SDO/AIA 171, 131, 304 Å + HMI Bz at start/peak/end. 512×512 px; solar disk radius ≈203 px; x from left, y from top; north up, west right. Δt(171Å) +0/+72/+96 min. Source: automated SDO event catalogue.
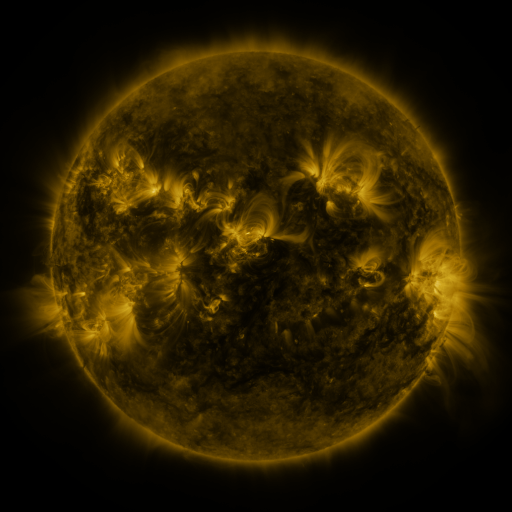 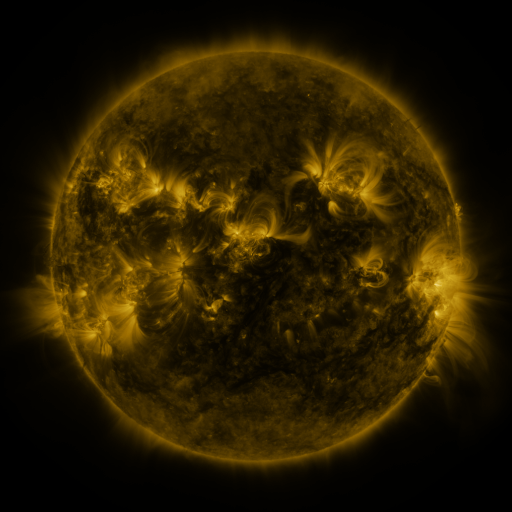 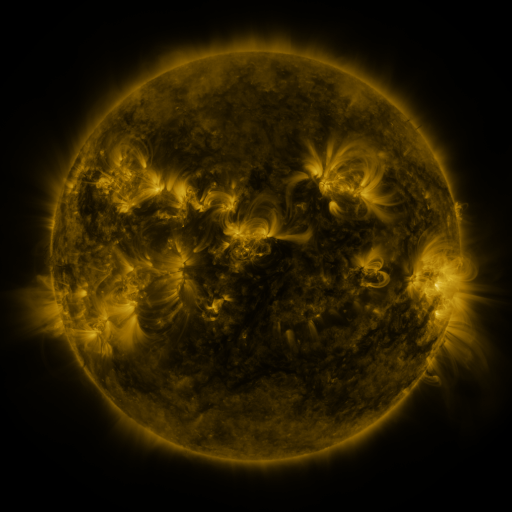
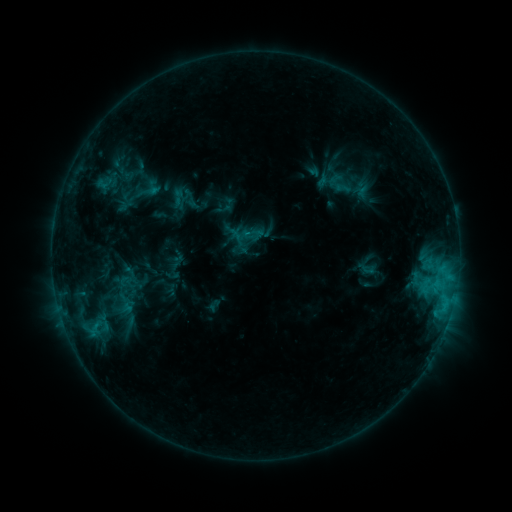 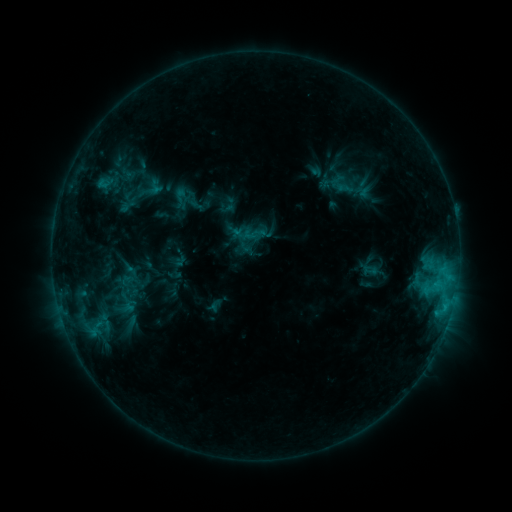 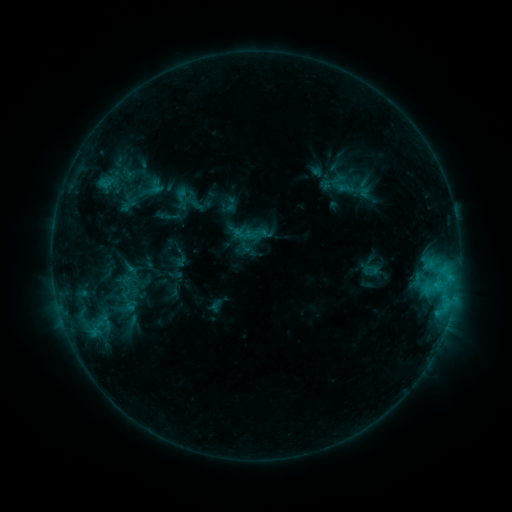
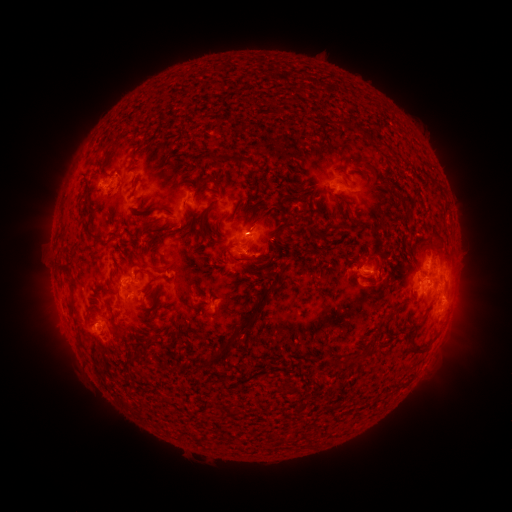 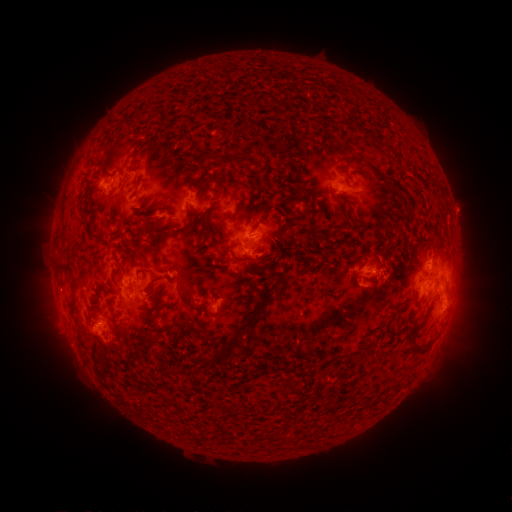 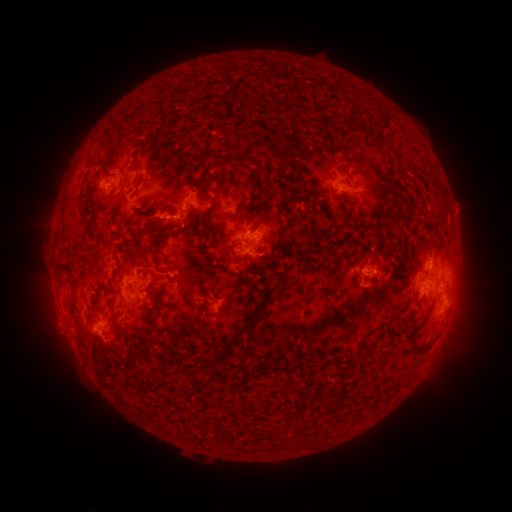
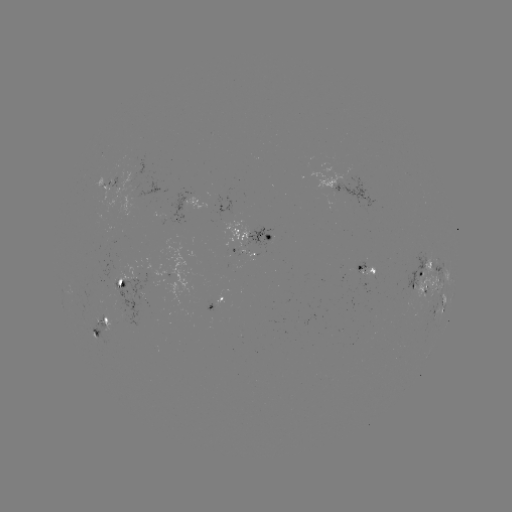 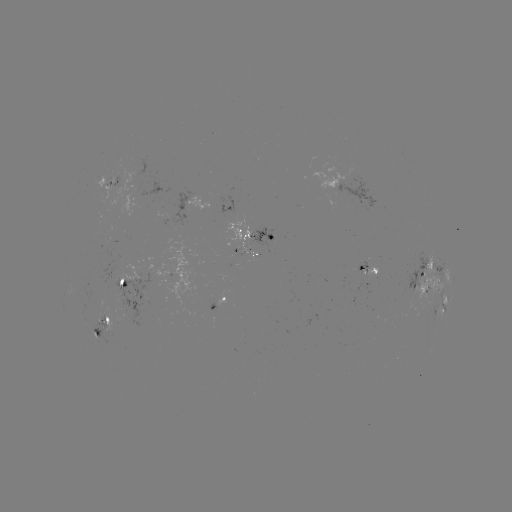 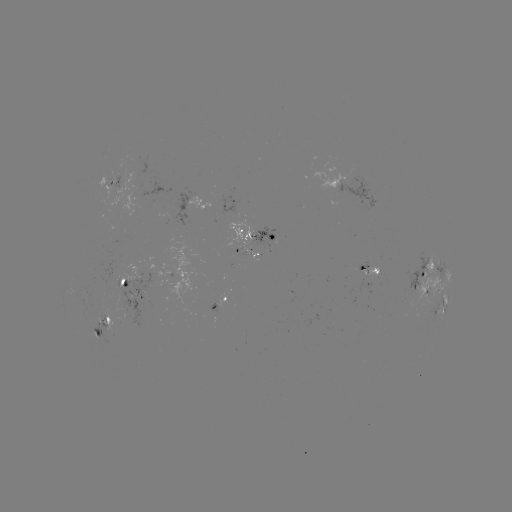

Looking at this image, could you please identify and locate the emerging-flux region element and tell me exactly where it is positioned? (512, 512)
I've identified emerging-flux region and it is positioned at [237, 248].